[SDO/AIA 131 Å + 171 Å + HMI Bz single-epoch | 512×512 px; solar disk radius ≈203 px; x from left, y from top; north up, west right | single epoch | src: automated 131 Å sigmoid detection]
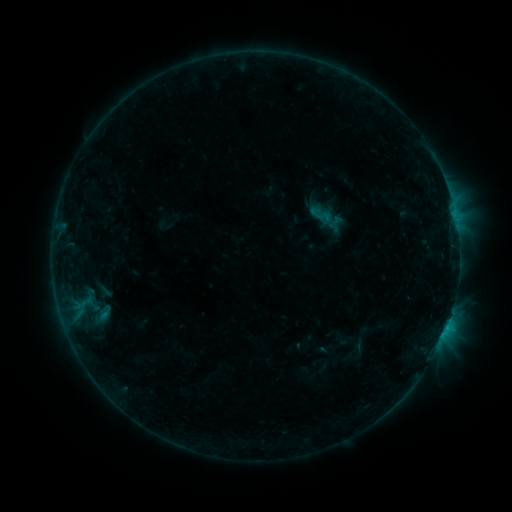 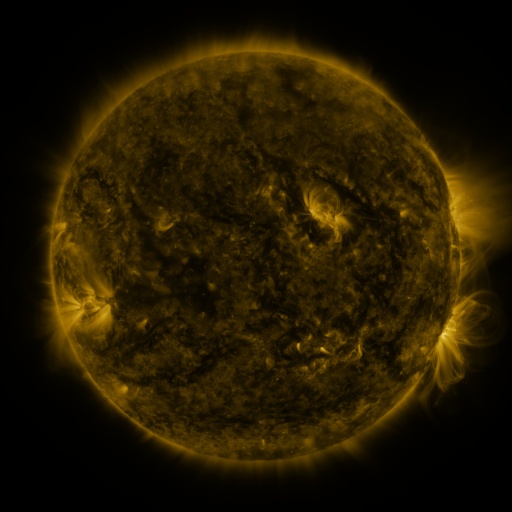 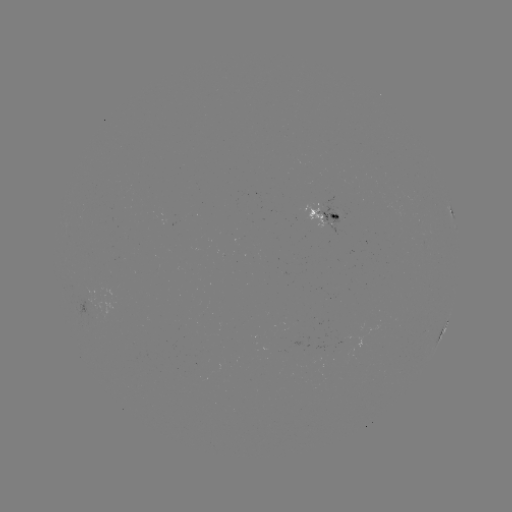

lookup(sigmoid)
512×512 (321, 214)